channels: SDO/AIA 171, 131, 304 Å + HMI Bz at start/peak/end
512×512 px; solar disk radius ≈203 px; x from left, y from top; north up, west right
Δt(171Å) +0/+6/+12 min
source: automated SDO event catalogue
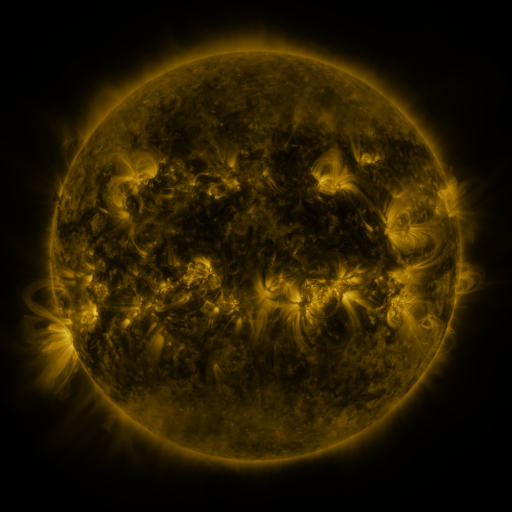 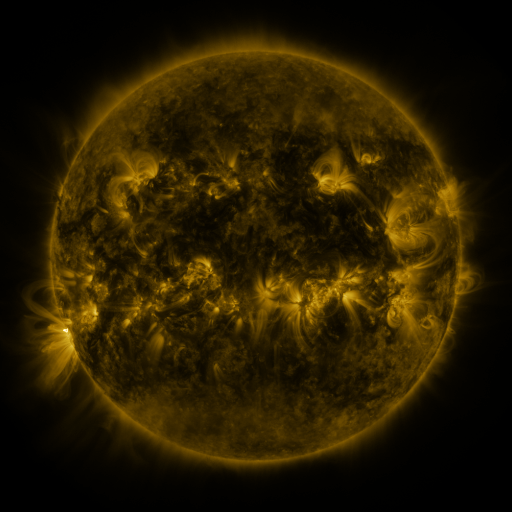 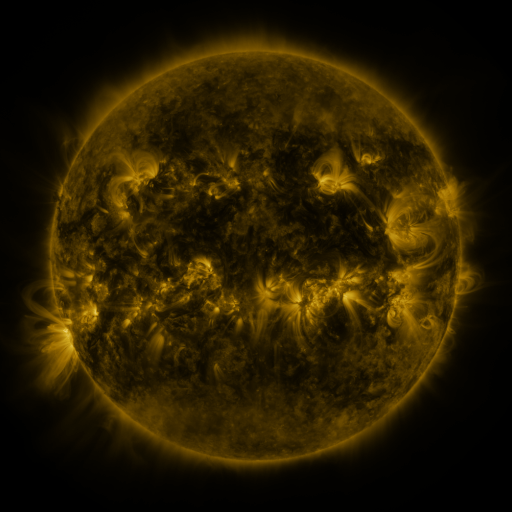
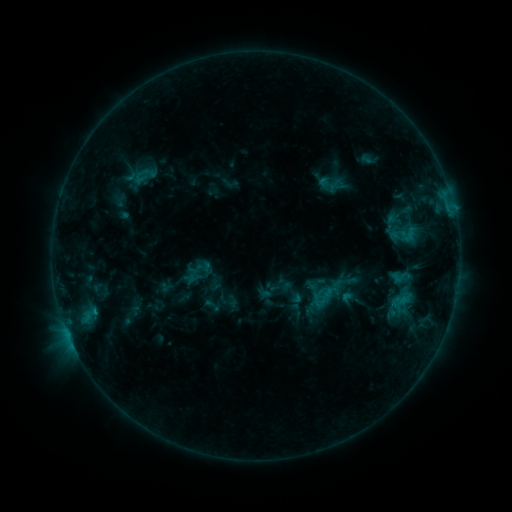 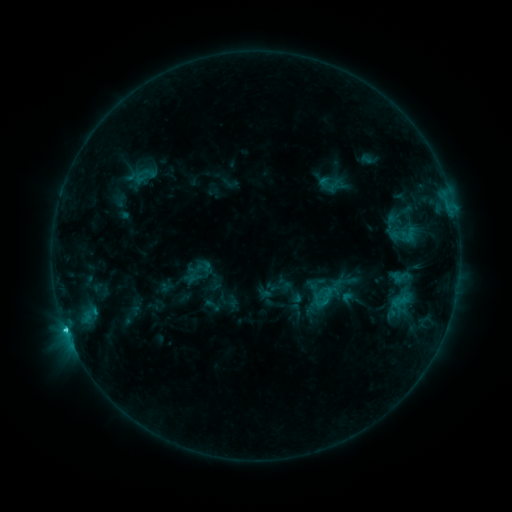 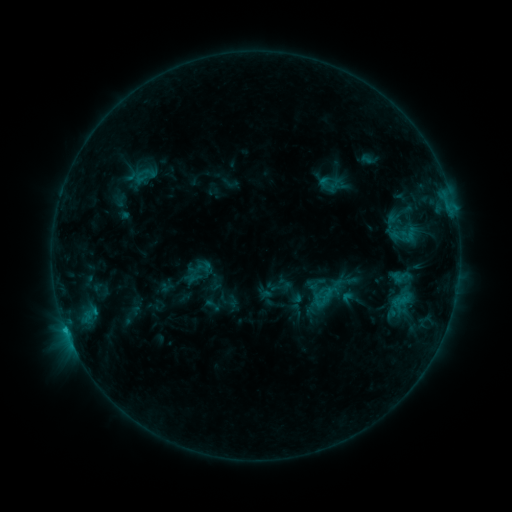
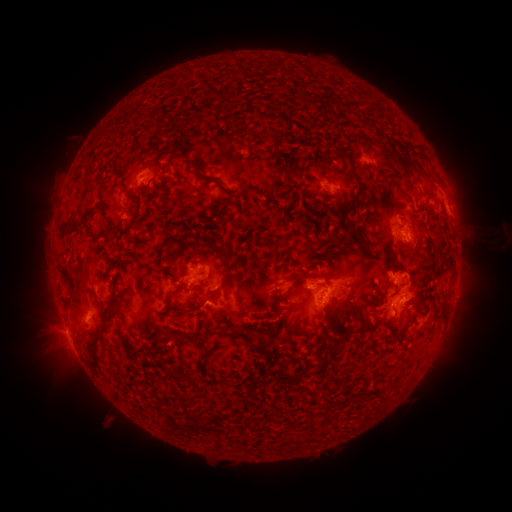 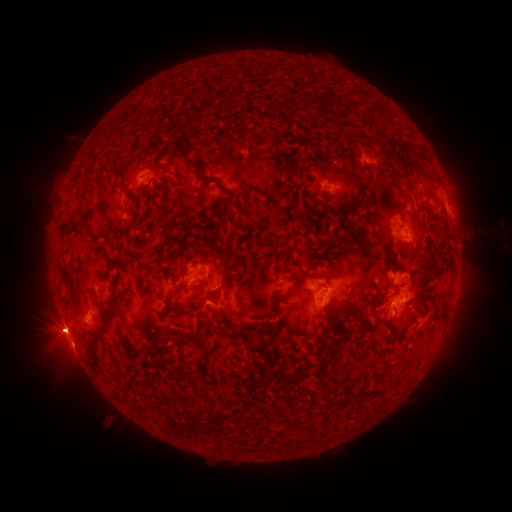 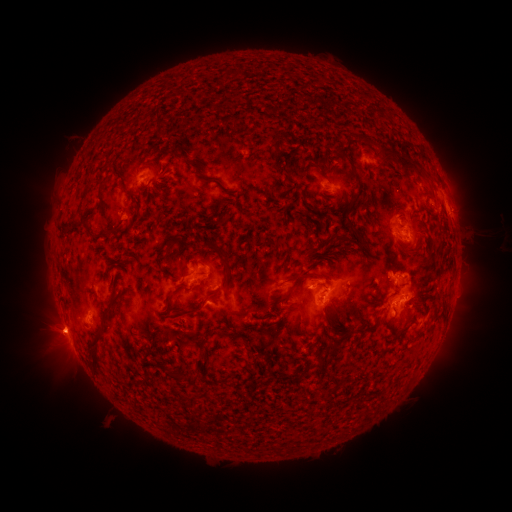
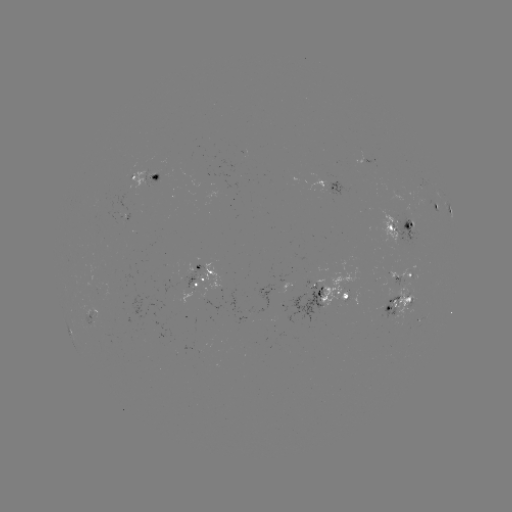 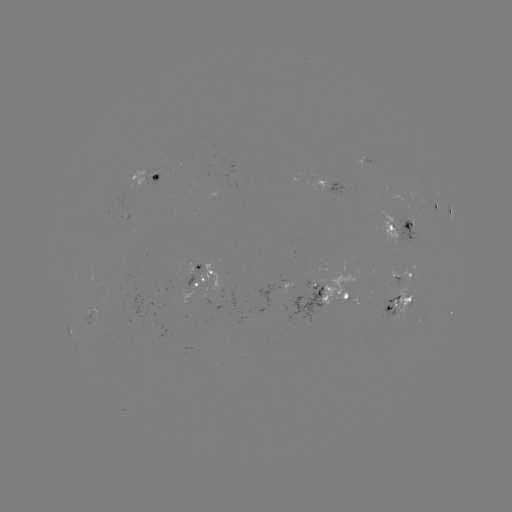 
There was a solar flare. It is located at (66, 327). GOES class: C2.0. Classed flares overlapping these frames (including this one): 1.